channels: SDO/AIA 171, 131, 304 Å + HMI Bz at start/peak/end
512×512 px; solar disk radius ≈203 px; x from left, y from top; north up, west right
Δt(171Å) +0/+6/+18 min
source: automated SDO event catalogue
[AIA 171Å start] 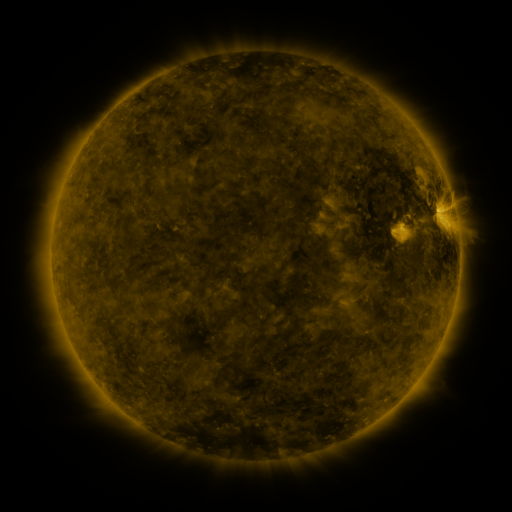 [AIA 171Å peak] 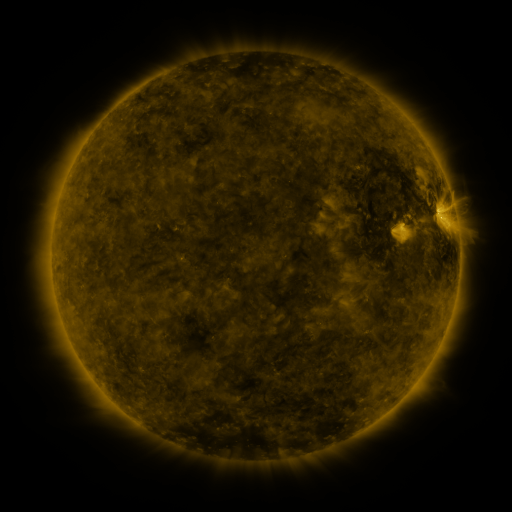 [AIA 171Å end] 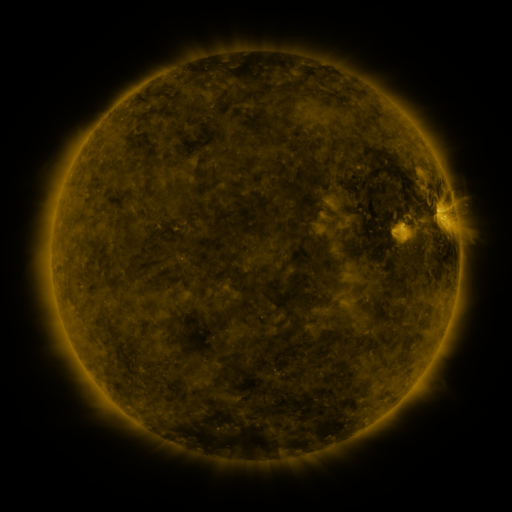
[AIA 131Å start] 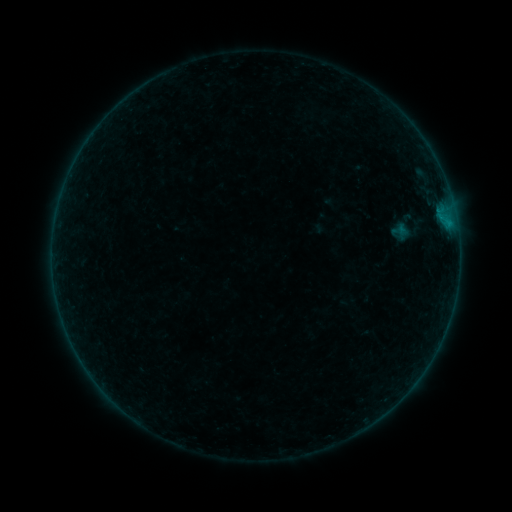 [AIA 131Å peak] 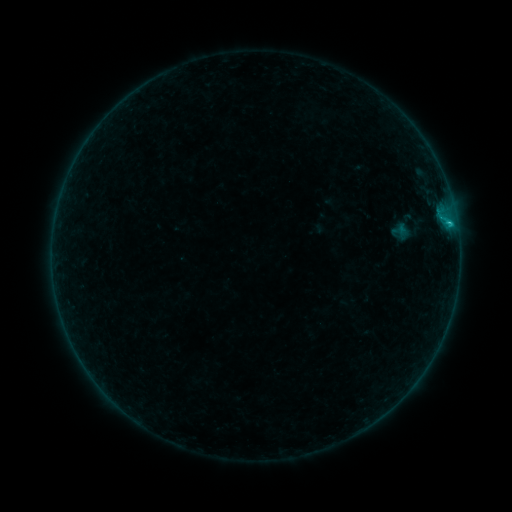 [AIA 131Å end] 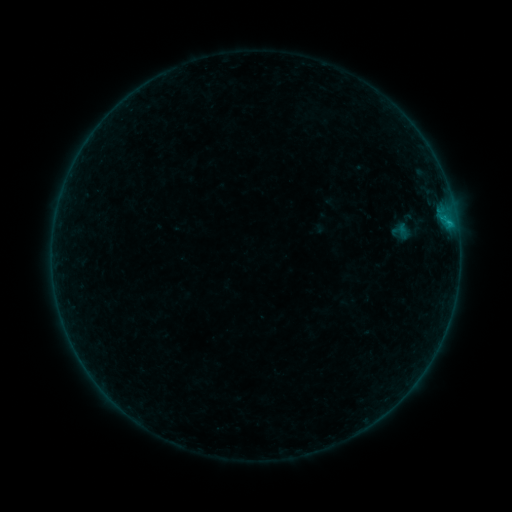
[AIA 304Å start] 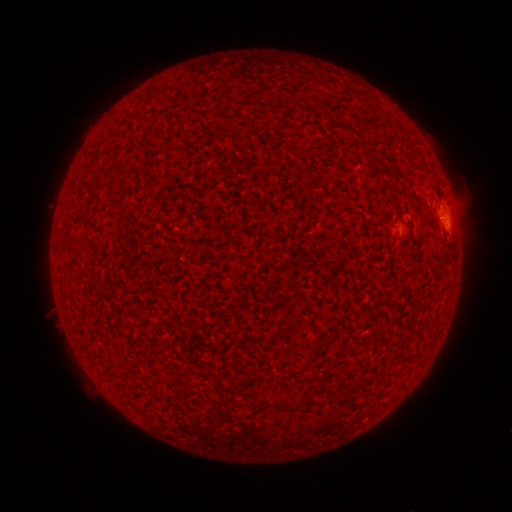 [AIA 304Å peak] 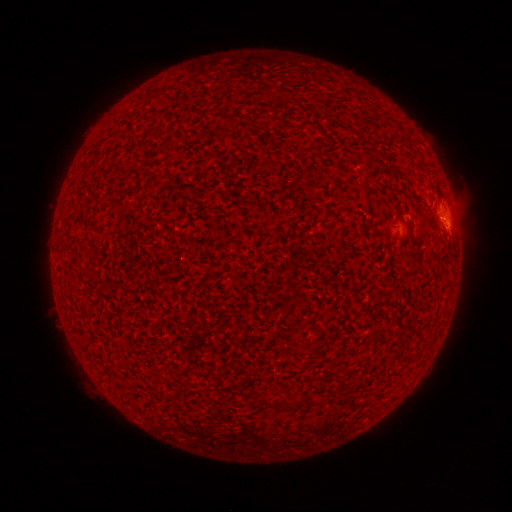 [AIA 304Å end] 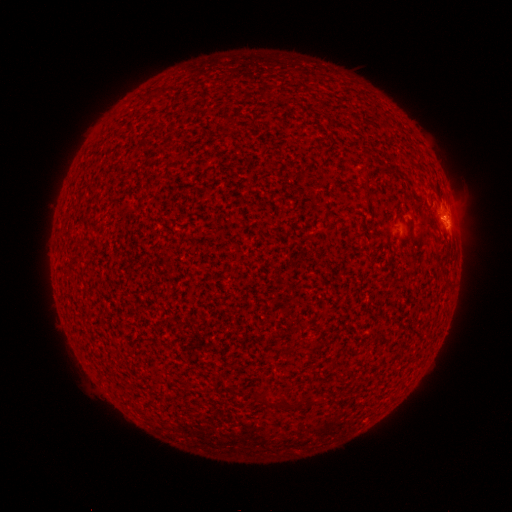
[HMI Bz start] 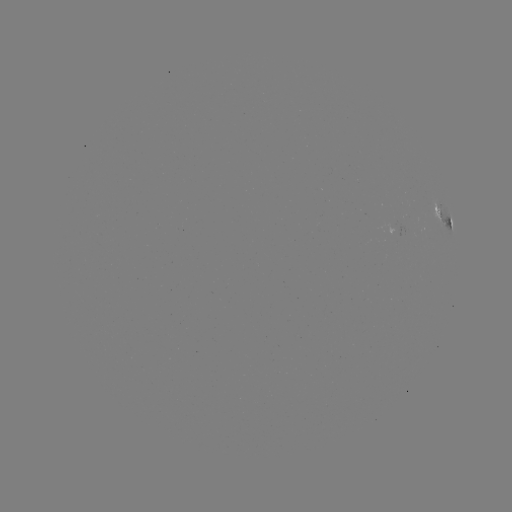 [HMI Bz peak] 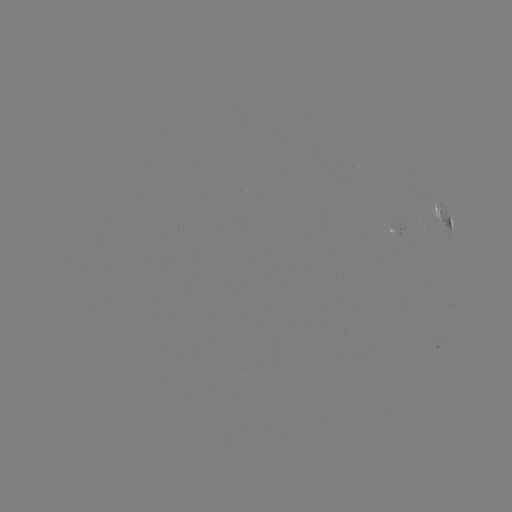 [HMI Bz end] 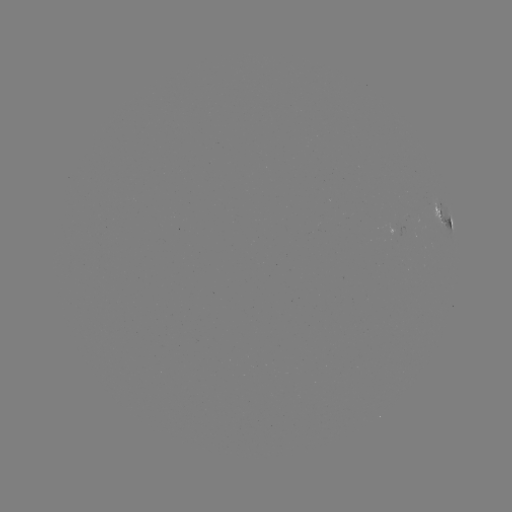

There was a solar flare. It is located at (449, 224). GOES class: B5.7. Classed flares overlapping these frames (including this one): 1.